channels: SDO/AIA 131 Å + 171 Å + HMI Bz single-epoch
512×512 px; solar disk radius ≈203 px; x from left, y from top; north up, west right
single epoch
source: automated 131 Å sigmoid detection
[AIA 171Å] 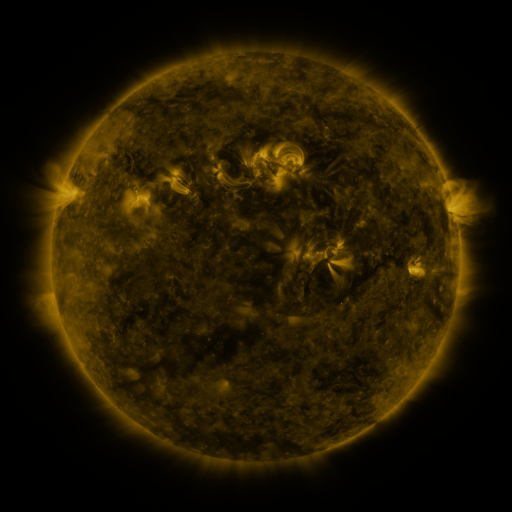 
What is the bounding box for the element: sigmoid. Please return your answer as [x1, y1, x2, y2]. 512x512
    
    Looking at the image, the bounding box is [279, 147, 304, 170].